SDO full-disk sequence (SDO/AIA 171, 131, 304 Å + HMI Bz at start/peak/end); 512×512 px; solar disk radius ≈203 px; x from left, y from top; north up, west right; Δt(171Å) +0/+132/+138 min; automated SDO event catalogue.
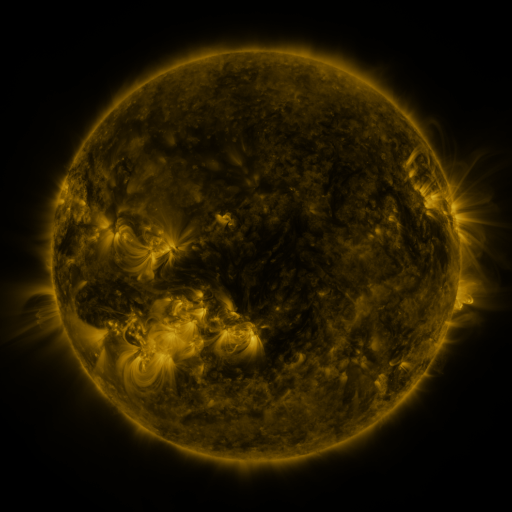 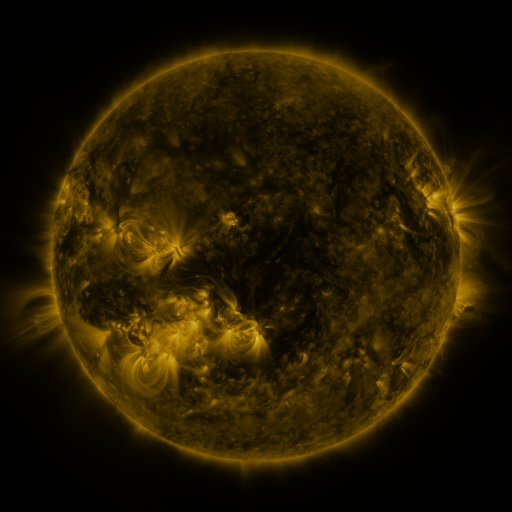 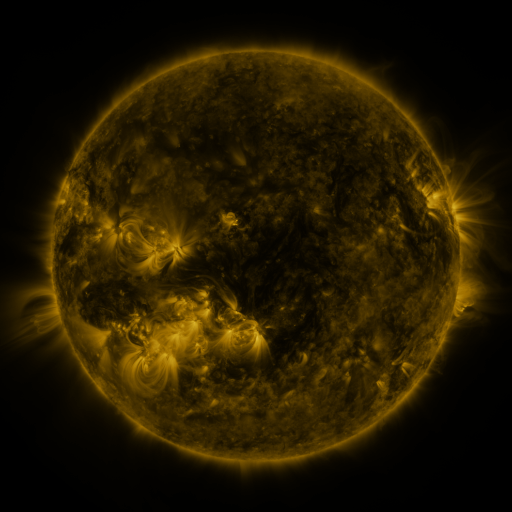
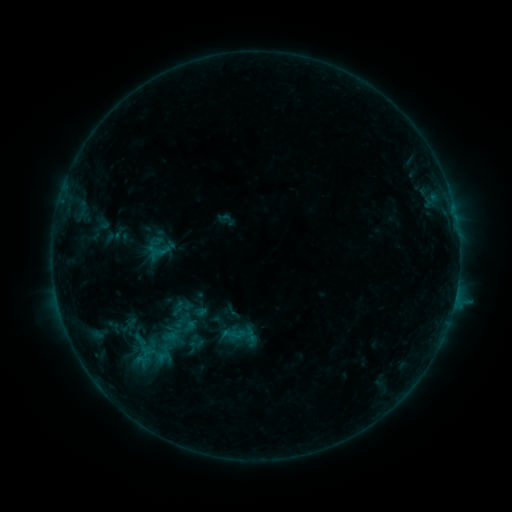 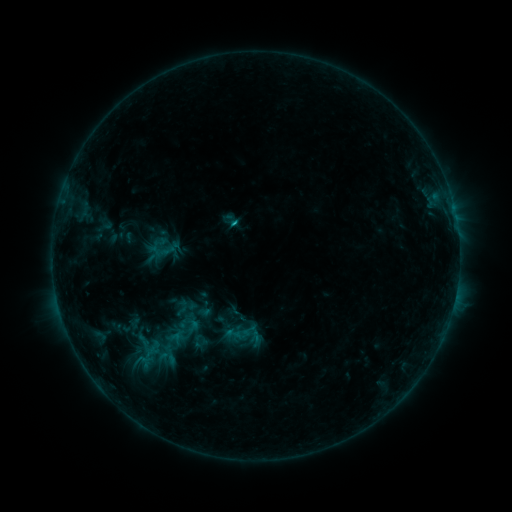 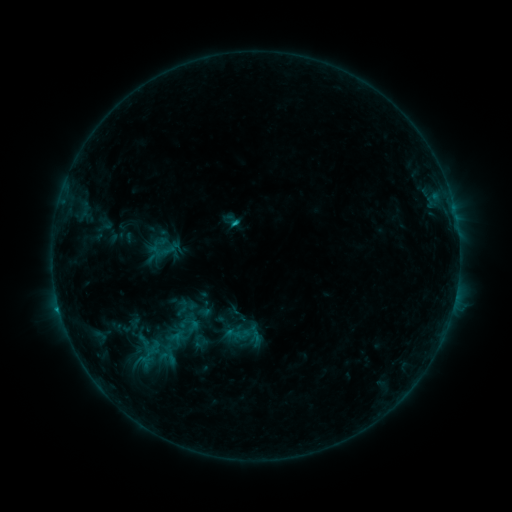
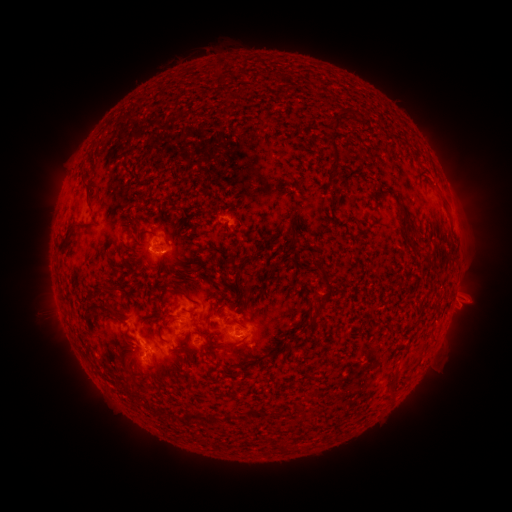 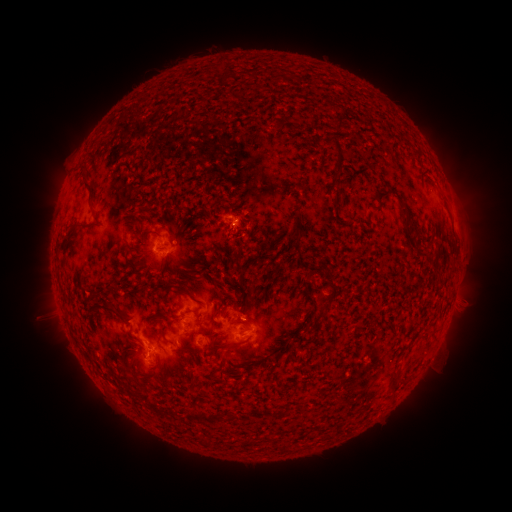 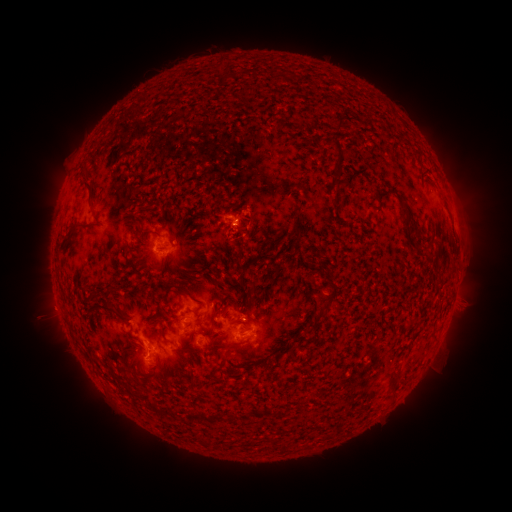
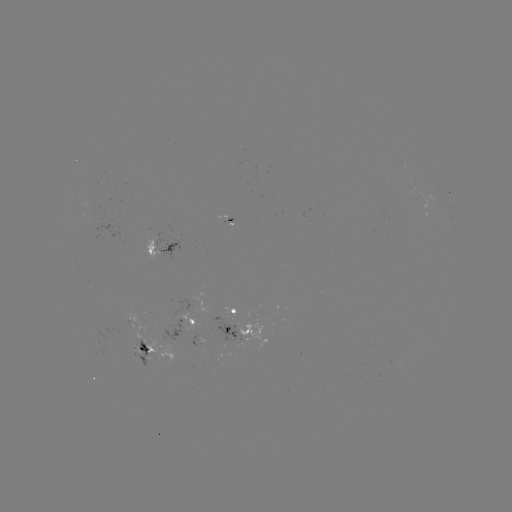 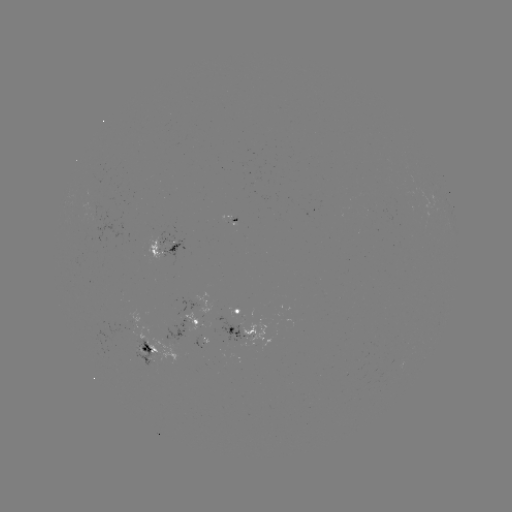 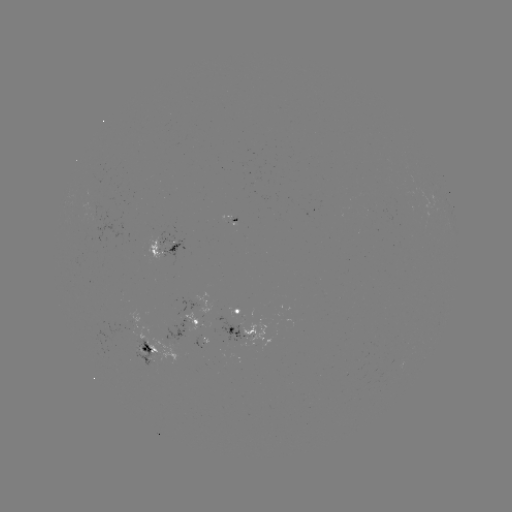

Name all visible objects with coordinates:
emerging-flux region: (91, 212)
